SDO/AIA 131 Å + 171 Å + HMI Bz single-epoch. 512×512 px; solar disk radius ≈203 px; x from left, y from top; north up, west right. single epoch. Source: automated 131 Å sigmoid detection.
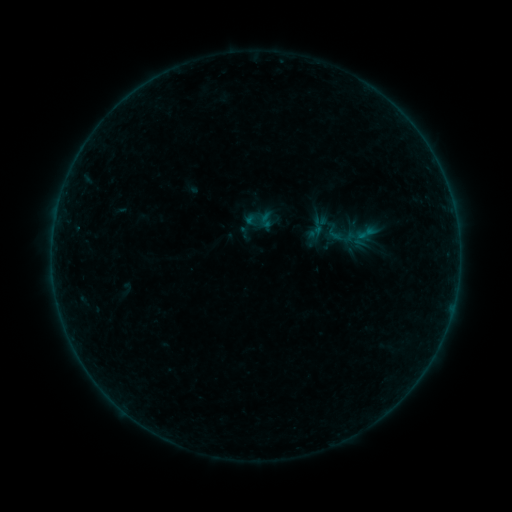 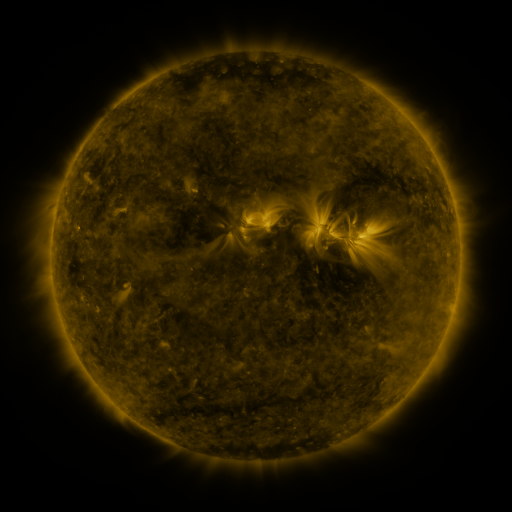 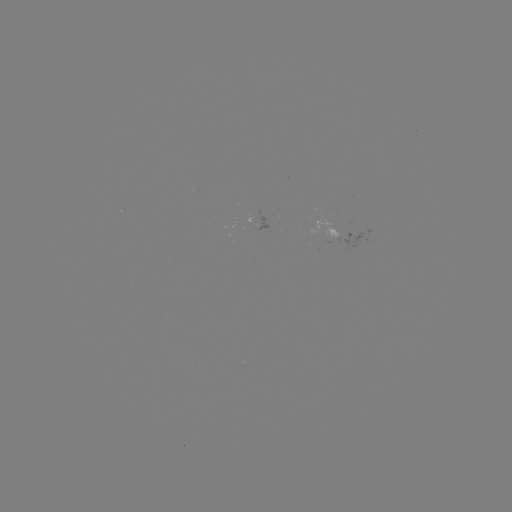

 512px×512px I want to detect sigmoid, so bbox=[355, 223, 378, 244].